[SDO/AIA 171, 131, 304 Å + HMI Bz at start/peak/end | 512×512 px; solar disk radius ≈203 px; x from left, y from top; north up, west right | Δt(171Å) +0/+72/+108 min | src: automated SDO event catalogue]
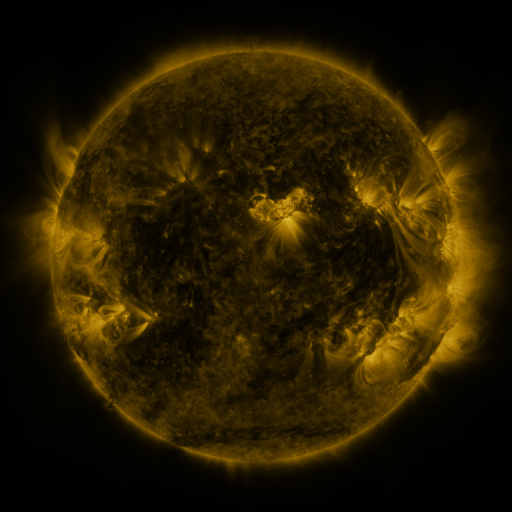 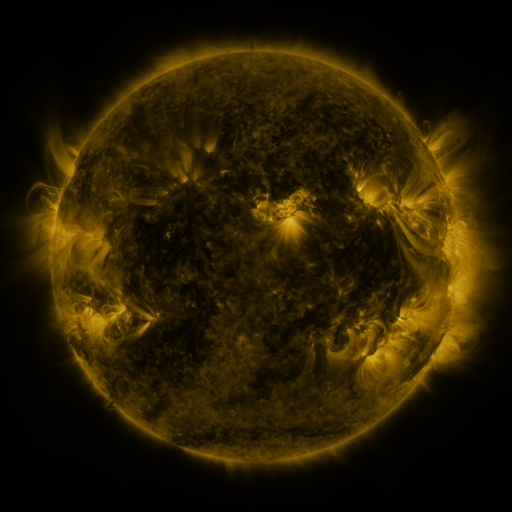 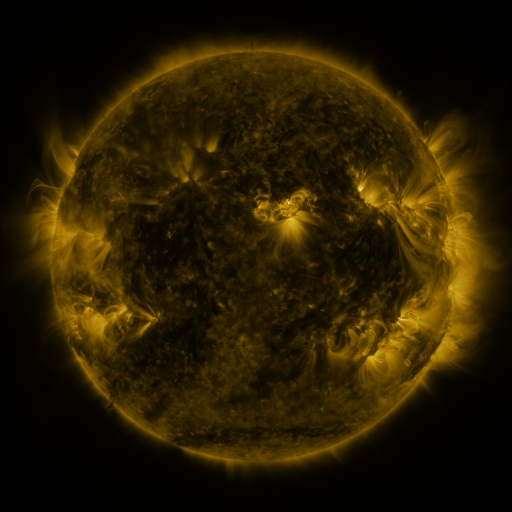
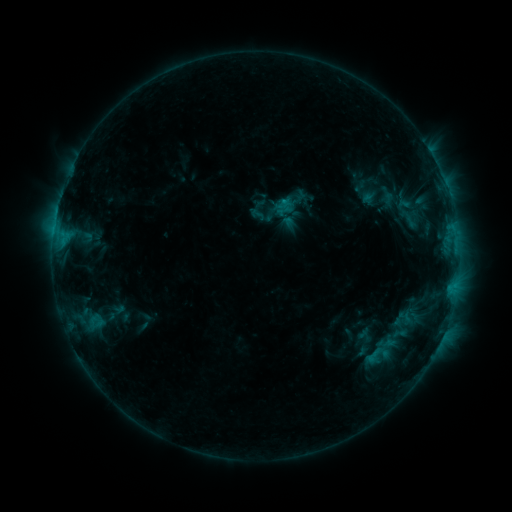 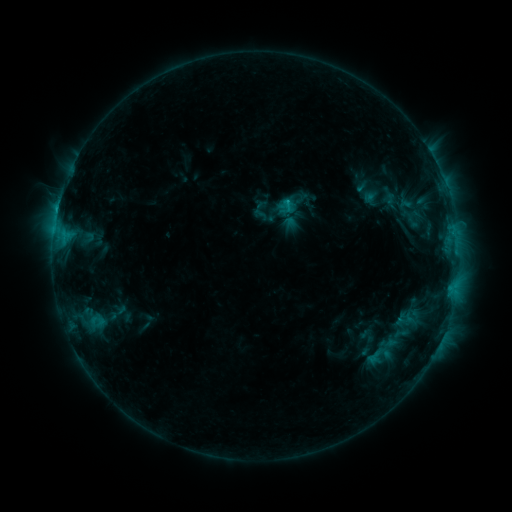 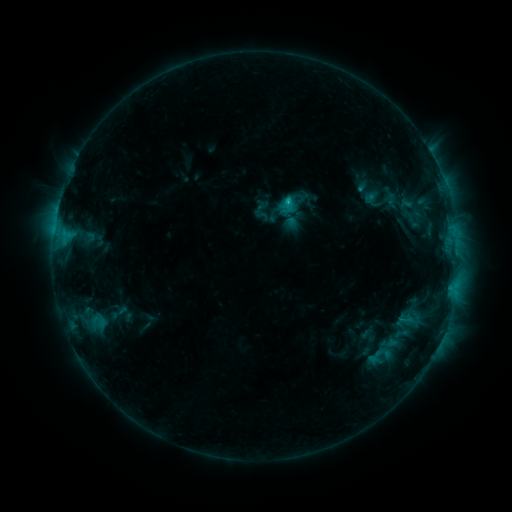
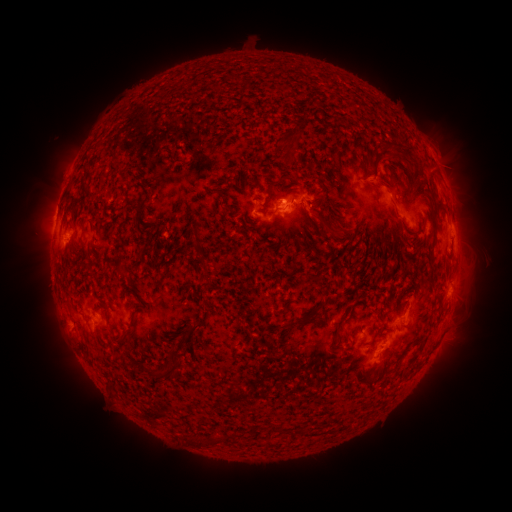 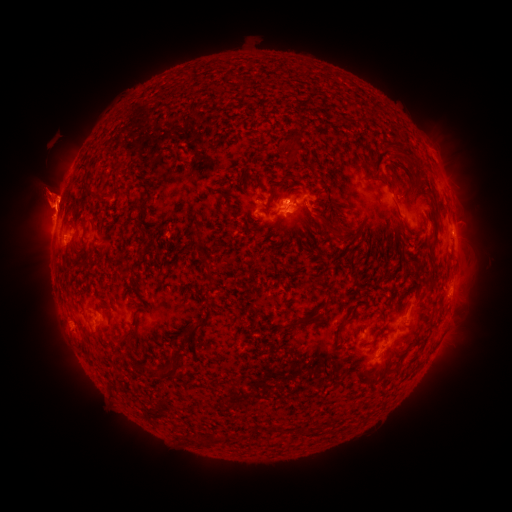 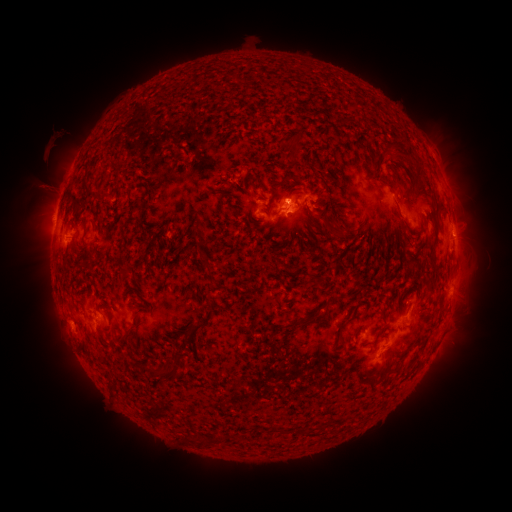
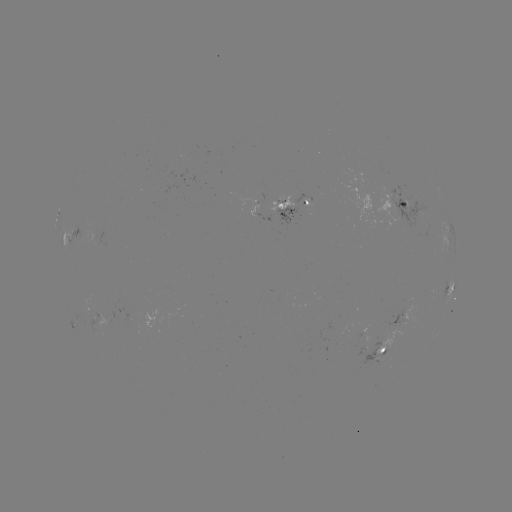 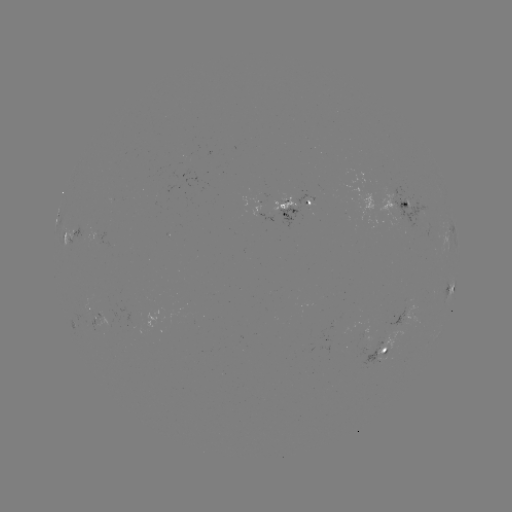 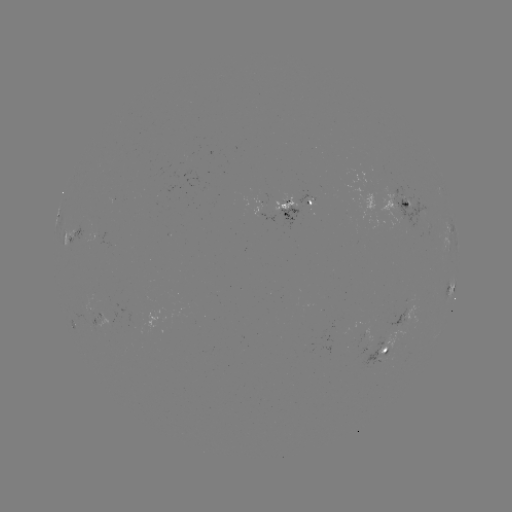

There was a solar emerging-flux region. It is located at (405, 203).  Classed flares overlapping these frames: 2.